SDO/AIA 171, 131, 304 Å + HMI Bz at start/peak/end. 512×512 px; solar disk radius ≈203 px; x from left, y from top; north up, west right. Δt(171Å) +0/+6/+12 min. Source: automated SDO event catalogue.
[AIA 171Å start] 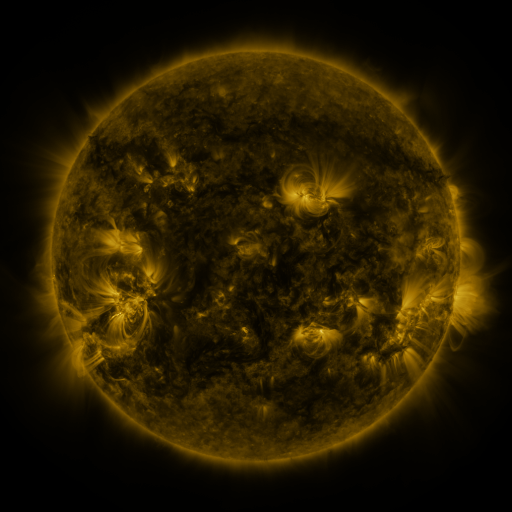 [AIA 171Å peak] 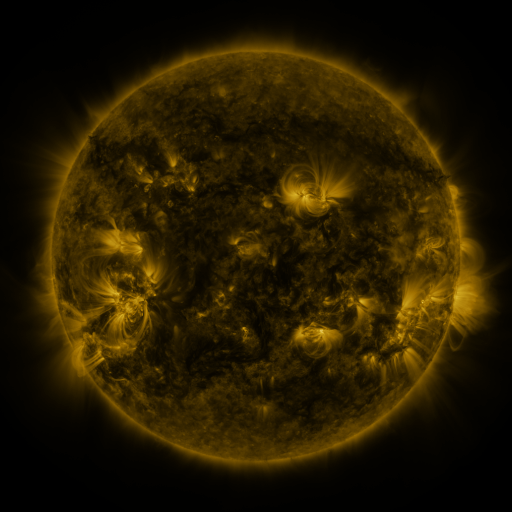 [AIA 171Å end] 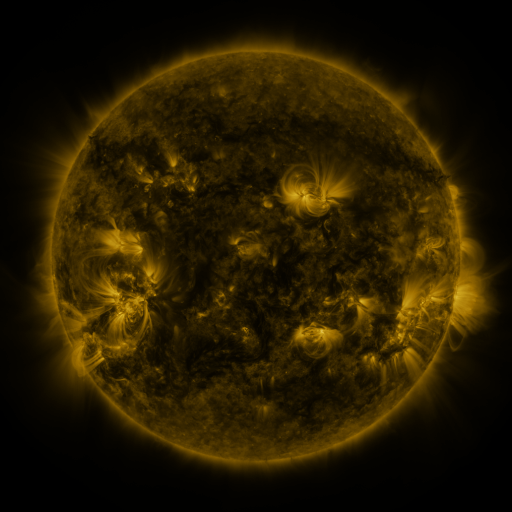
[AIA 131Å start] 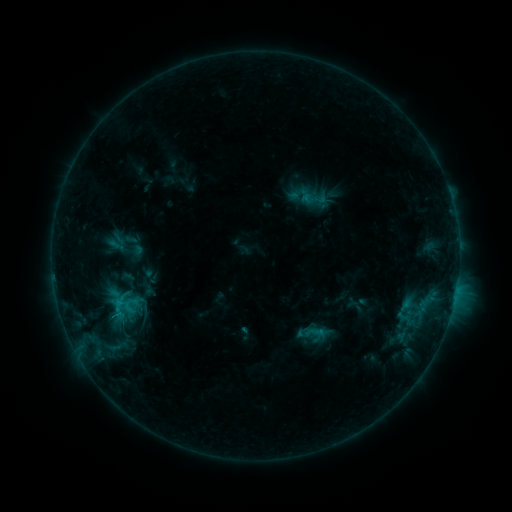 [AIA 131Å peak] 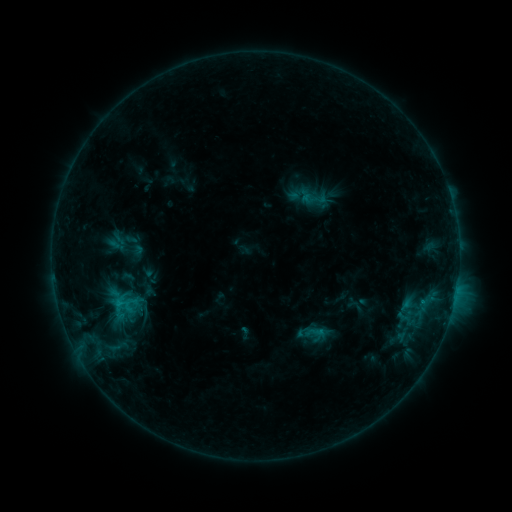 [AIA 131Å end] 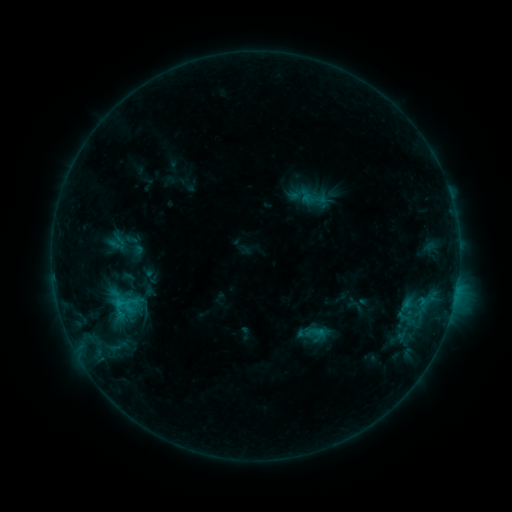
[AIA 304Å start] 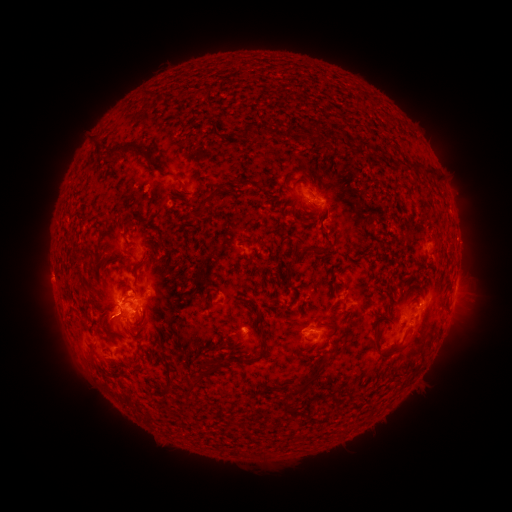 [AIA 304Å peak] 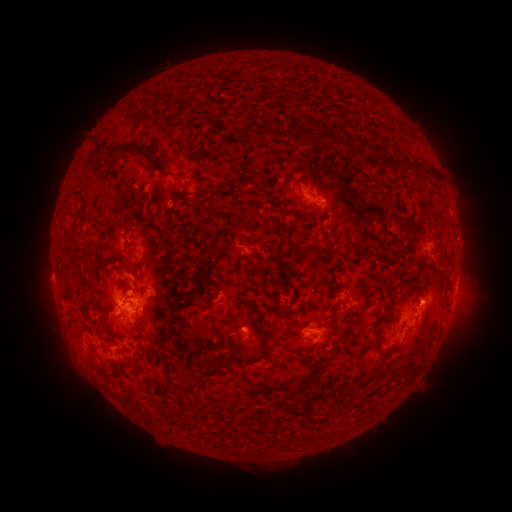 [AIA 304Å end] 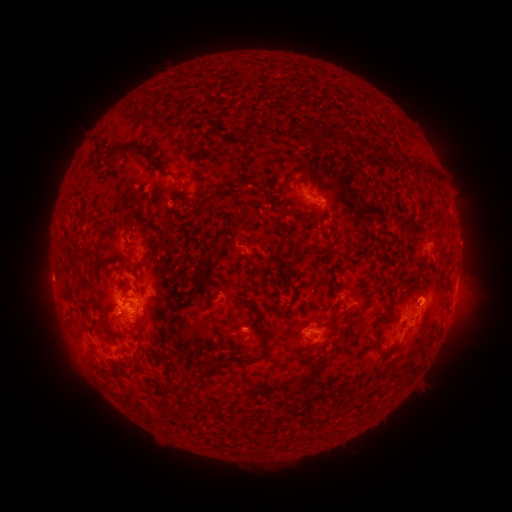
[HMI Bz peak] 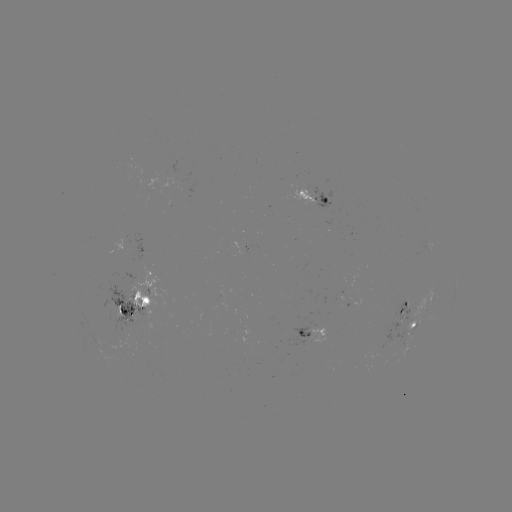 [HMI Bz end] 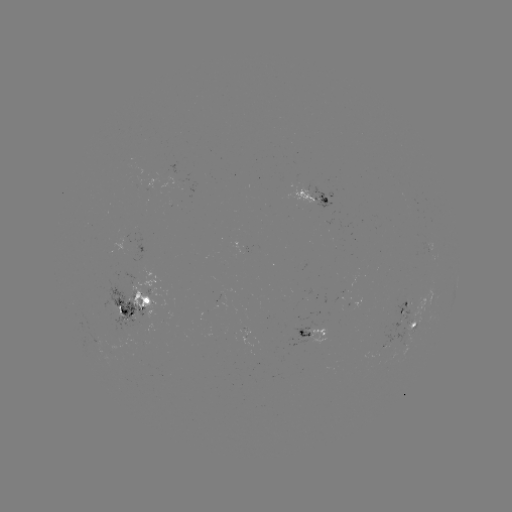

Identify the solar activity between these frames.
eruption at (427, 291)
